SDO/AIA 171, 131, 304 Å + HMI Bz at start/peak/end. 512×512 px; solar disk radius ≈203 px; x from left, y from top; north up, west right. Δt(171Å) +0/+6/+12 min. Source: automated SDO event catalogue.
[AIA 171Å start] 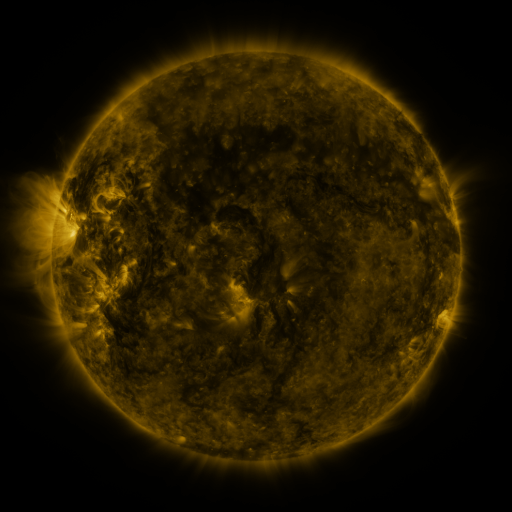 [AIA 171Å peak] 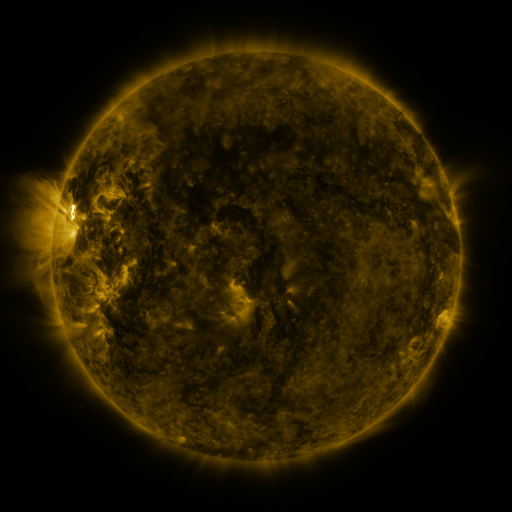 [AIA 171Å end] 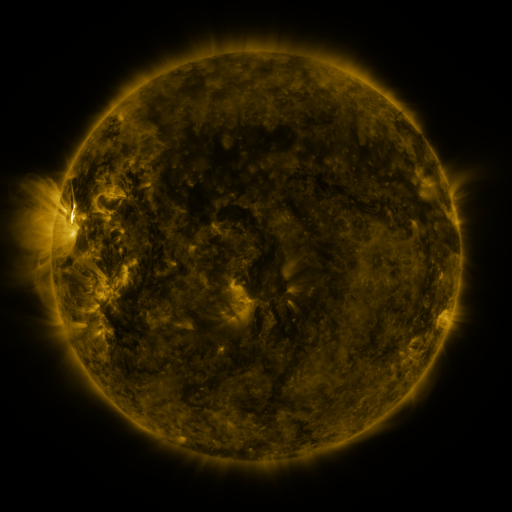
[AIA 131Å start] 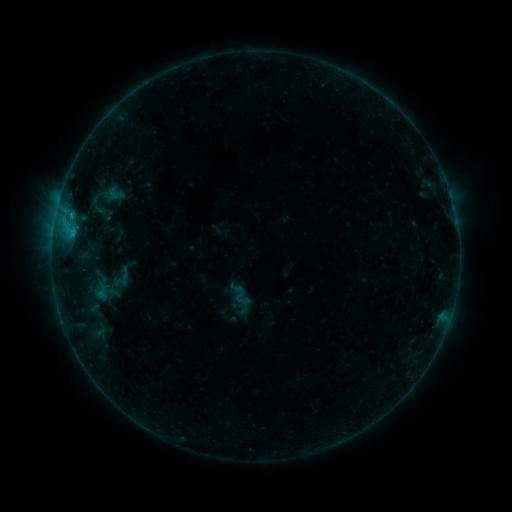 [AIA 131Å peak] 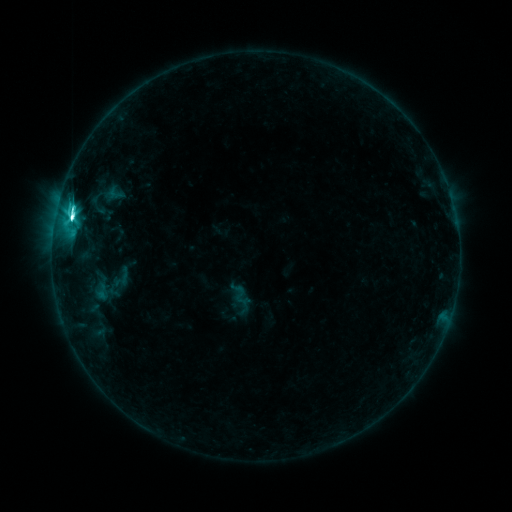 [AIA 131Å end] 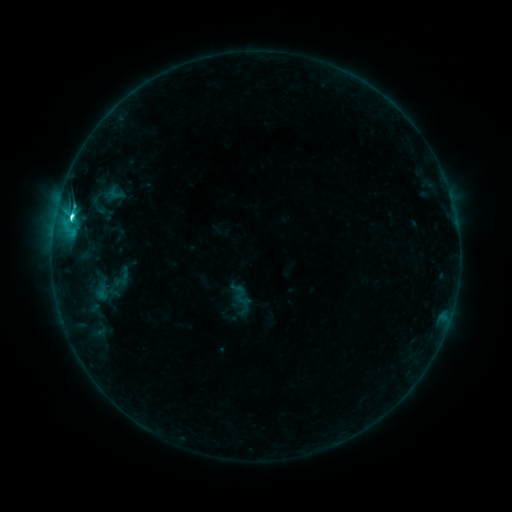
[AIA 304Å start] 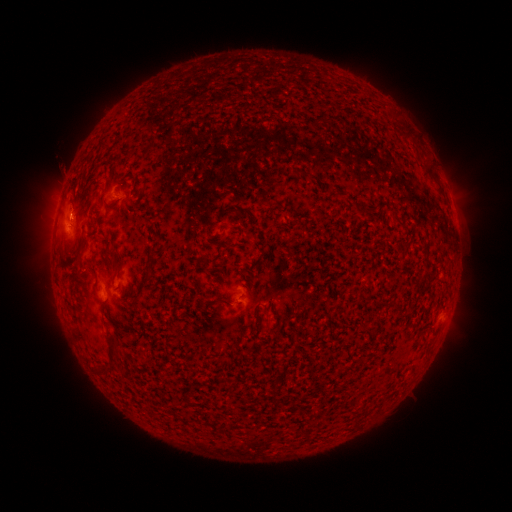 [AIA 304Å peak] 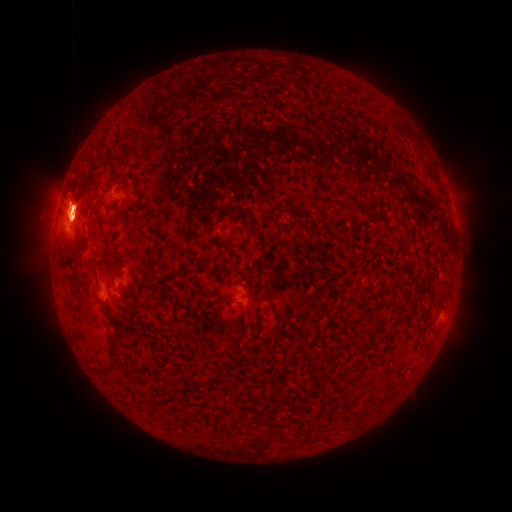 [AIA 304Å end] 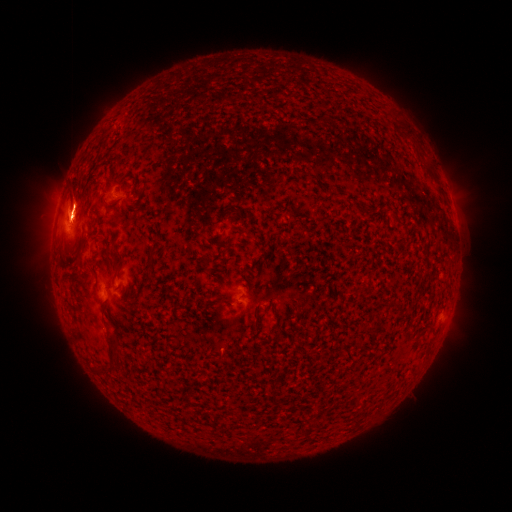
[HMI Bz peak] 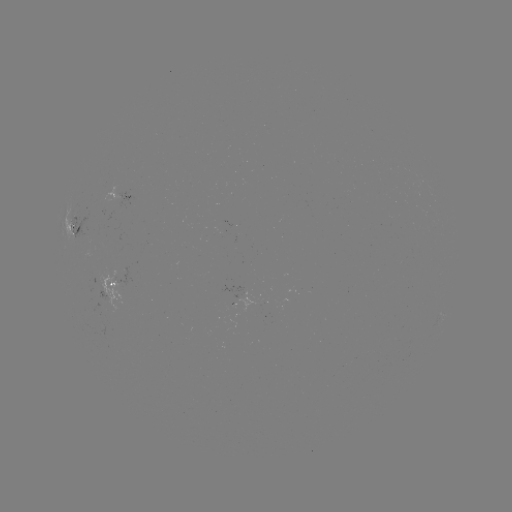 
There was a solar eruption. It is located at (72, 279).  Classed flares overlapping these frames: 1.